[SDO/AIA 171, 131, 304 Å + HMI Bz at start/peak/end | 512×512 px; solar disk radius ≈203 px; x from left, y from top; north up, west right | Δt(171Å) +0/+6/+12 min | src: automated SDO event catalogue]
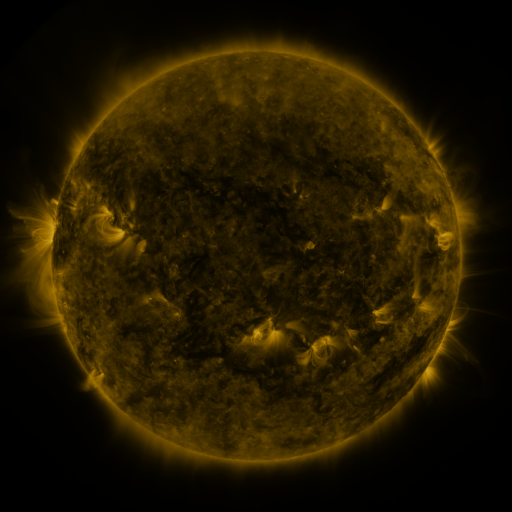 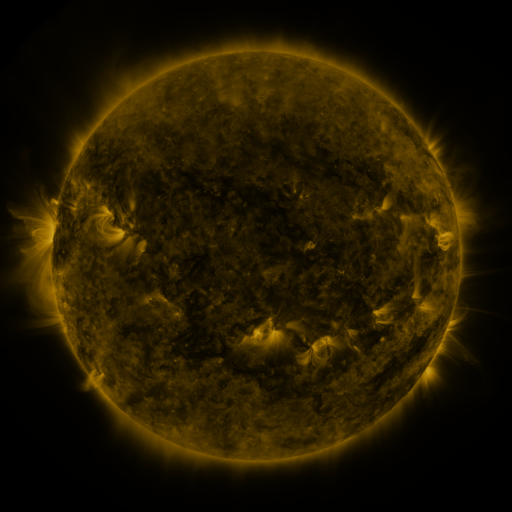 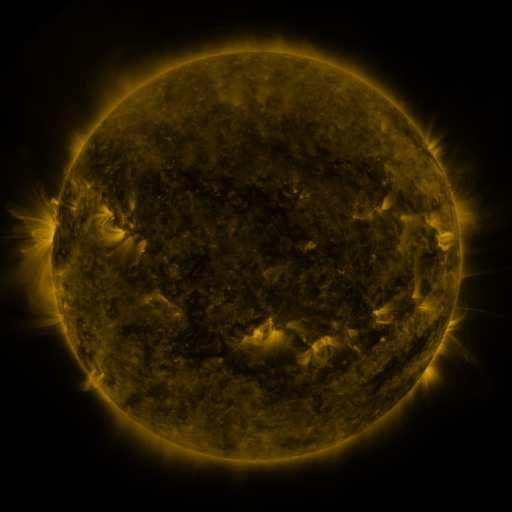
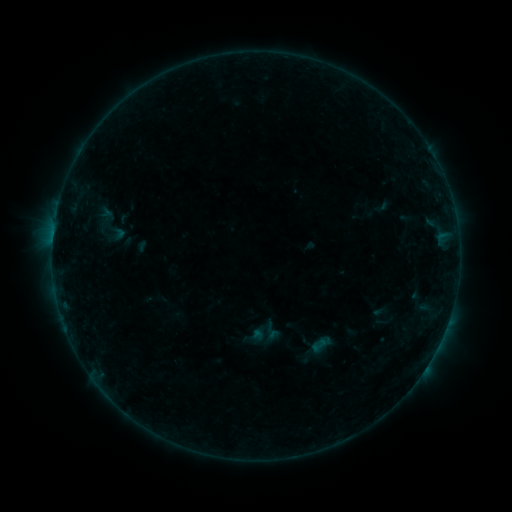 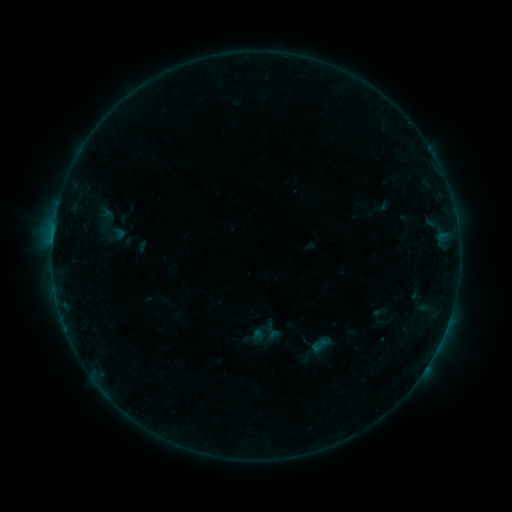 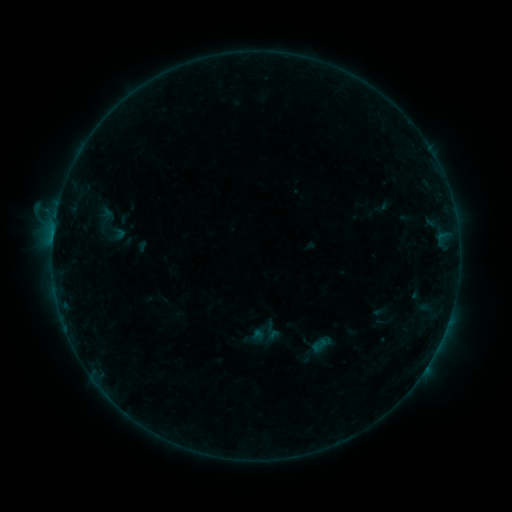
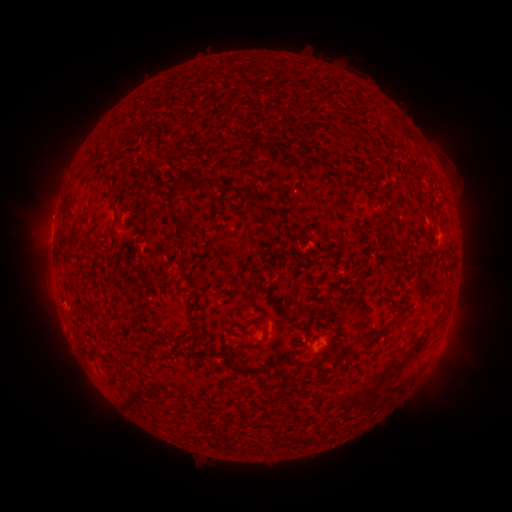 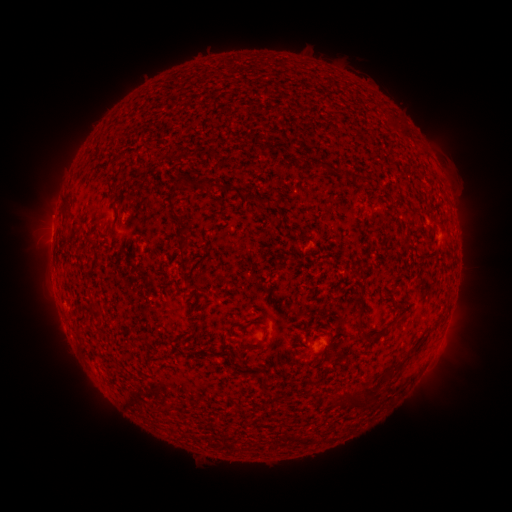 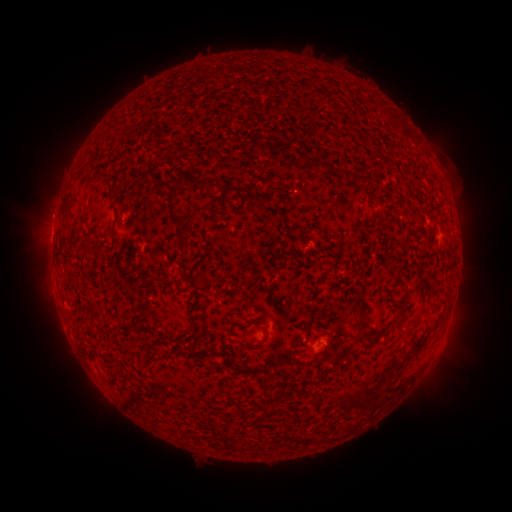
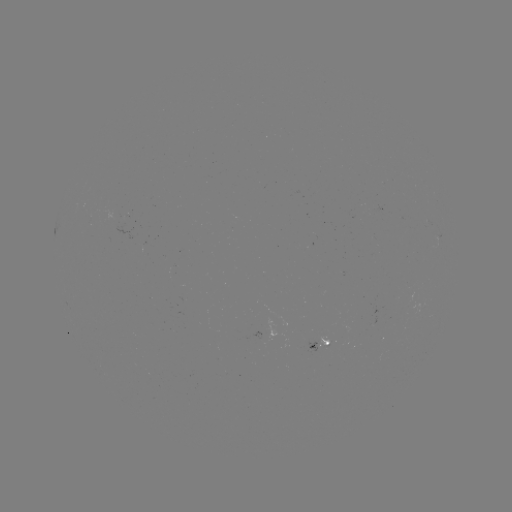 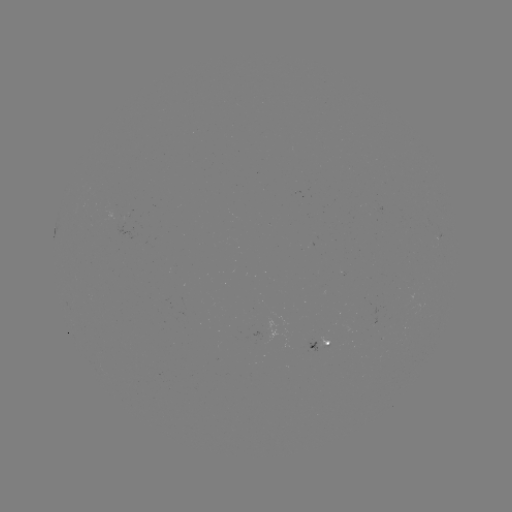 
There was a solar flare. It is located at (56, 217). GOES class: B3.9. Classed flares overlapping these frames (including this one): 1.